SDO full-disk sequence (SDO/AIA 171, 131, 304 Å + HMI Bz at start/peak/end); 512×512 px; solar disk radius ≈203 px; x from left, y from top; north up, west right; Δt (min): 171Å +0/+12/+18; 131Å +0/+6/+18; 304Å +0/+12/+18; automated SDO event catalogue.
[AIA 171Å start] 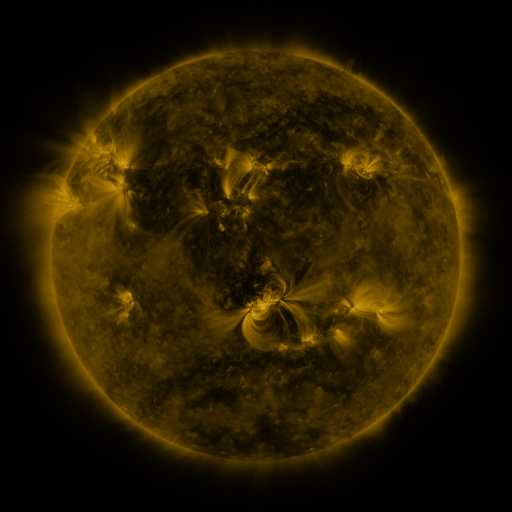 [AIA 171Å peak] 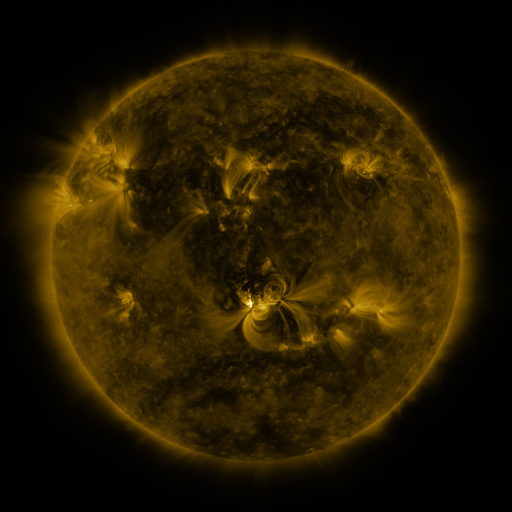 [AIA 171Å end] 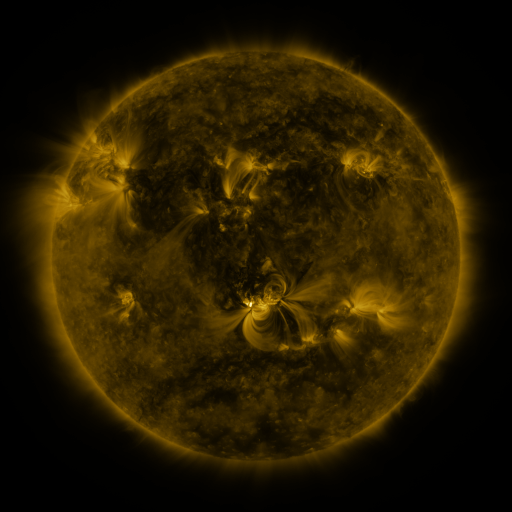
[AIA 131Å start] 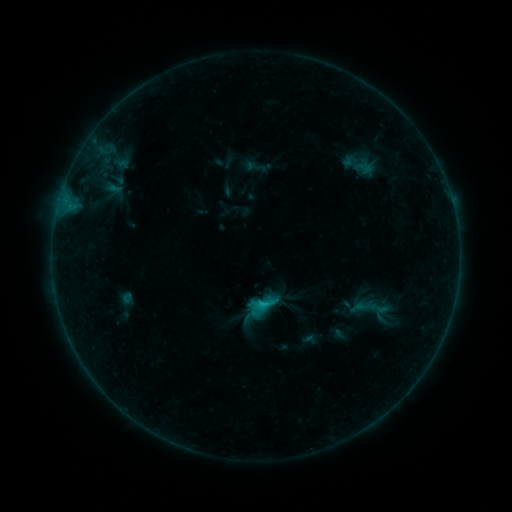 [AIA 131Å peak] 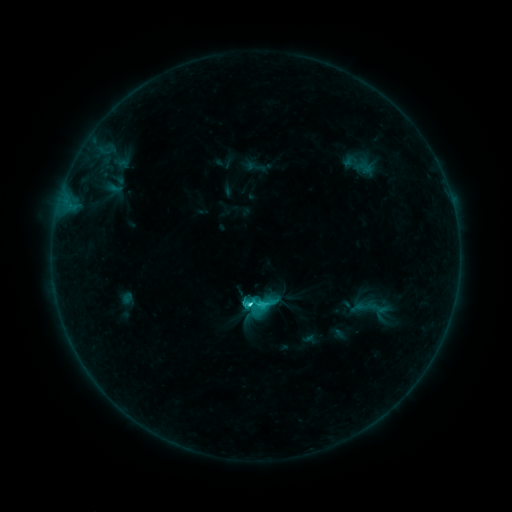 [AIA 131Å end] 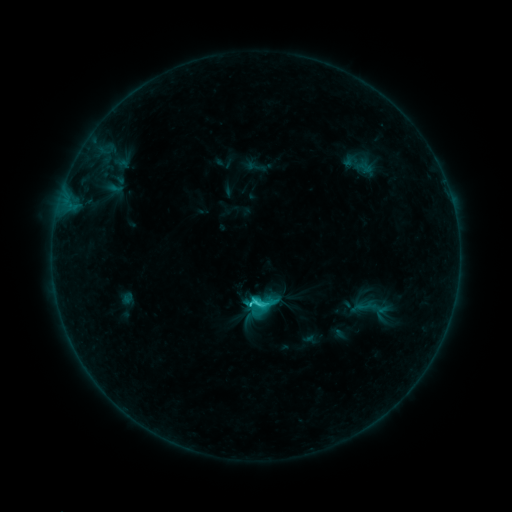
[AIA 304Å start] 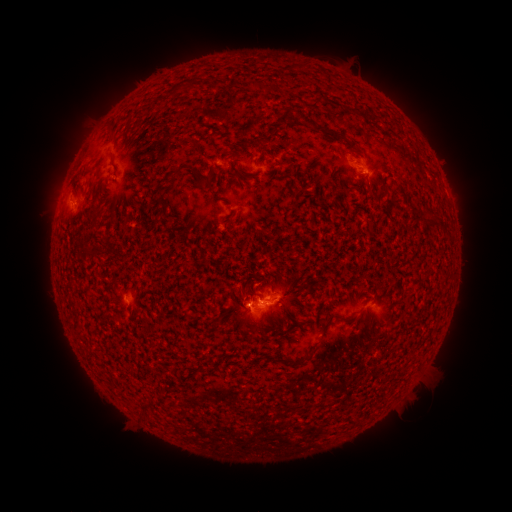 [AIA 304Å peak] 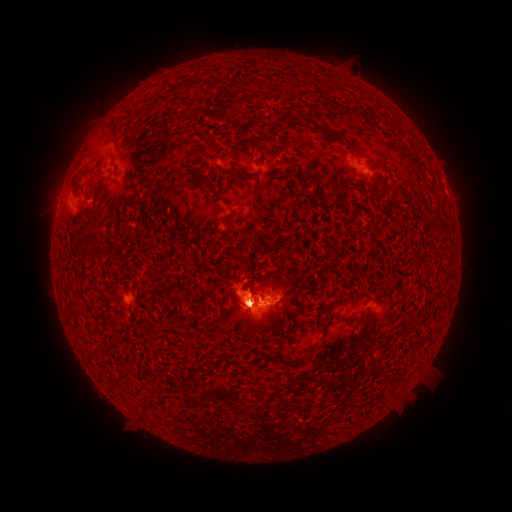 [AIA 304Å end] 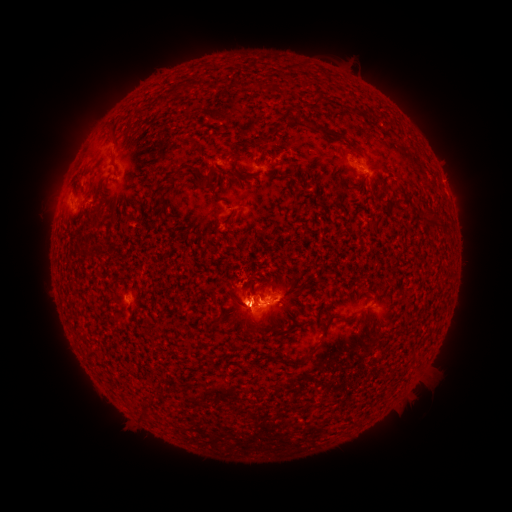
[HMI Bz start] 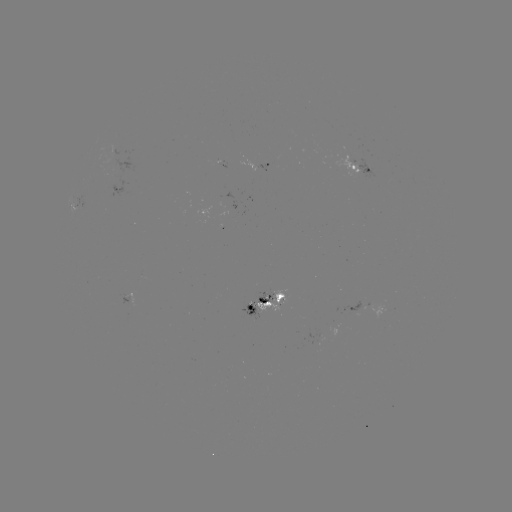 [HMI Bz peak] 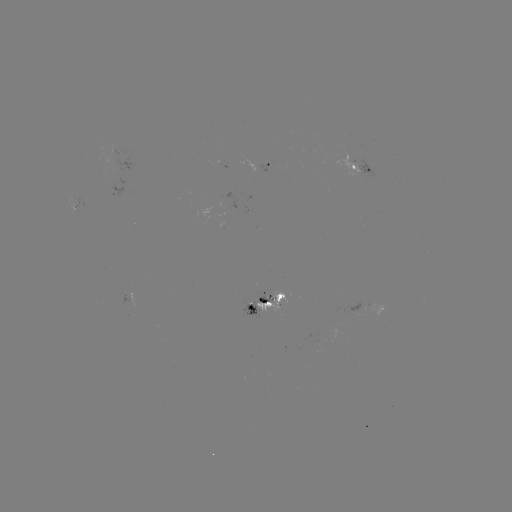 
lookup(C6.6 flare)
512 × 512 252,302